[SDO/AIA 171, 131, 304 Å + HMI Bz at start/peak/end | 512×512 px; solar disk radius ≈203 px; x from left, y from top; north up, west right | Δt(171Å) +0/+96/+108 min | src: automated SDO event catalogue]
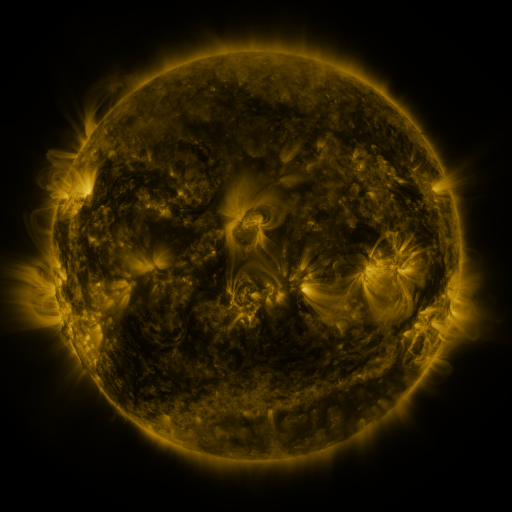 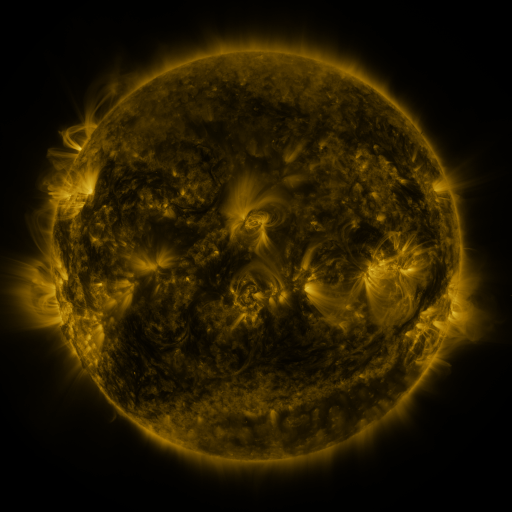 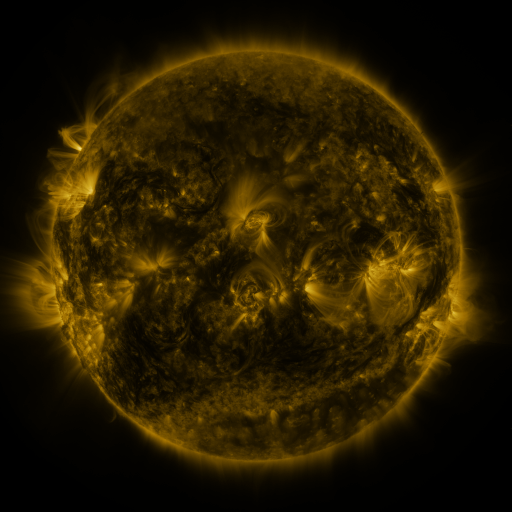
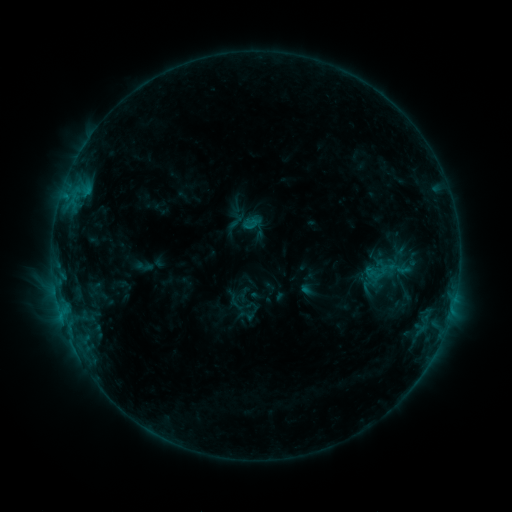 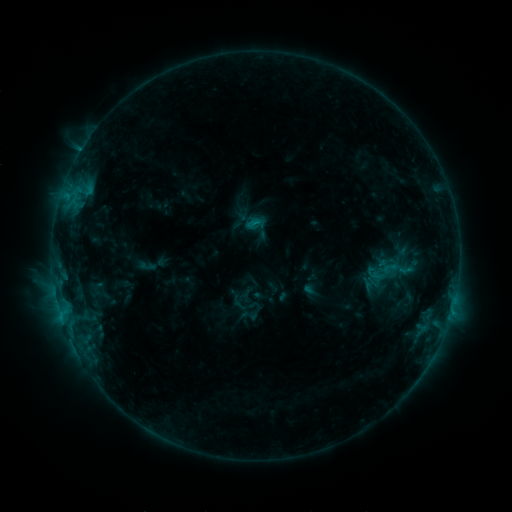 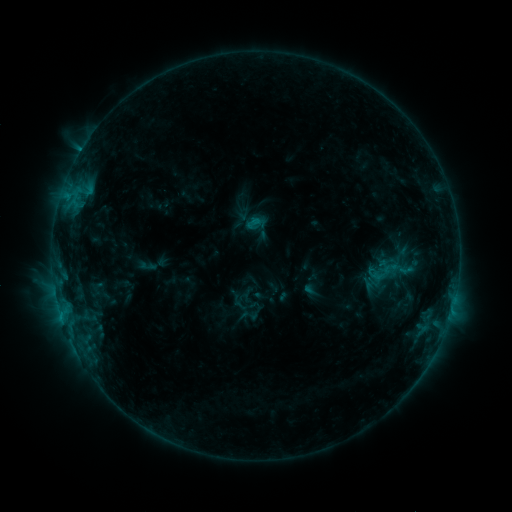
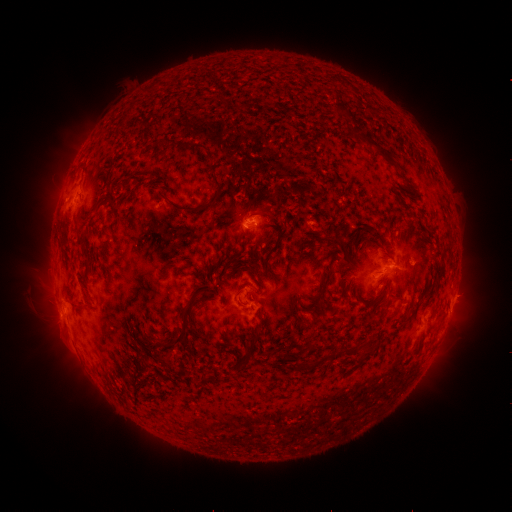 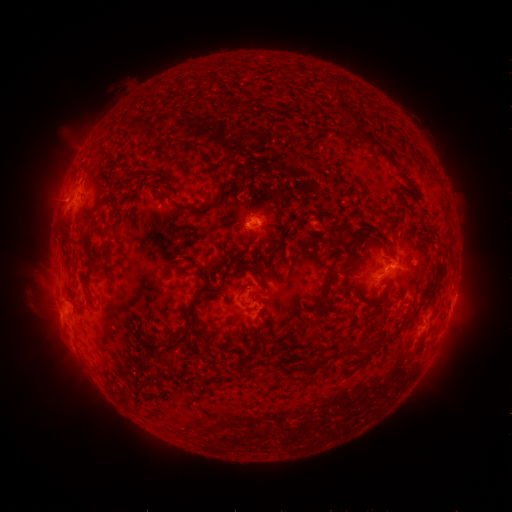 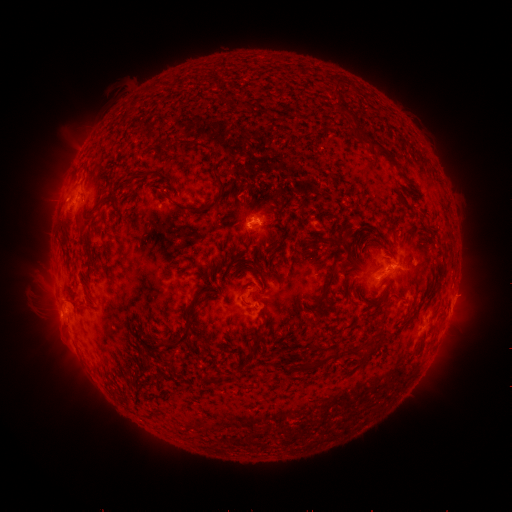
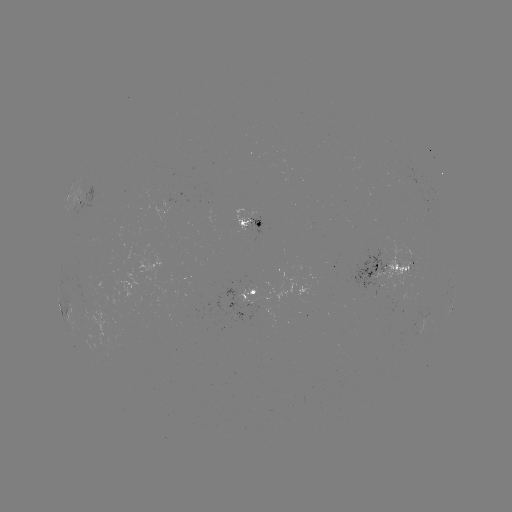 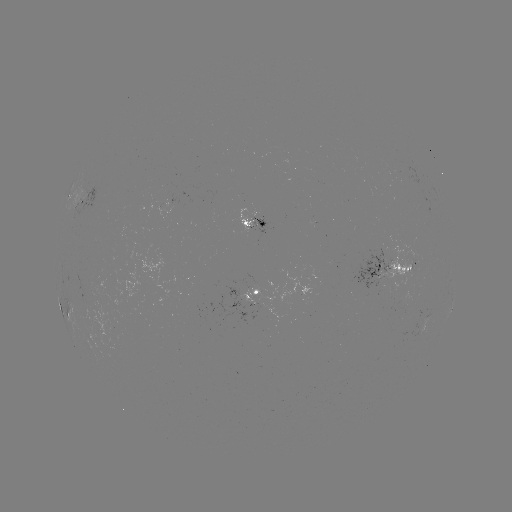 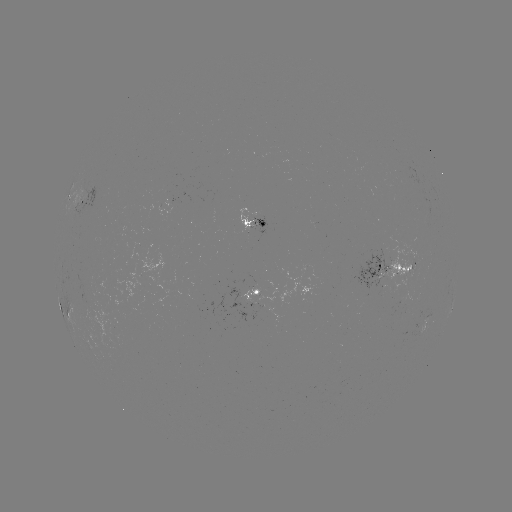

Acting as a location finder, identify emerging-flux region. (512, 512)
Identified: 248,226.